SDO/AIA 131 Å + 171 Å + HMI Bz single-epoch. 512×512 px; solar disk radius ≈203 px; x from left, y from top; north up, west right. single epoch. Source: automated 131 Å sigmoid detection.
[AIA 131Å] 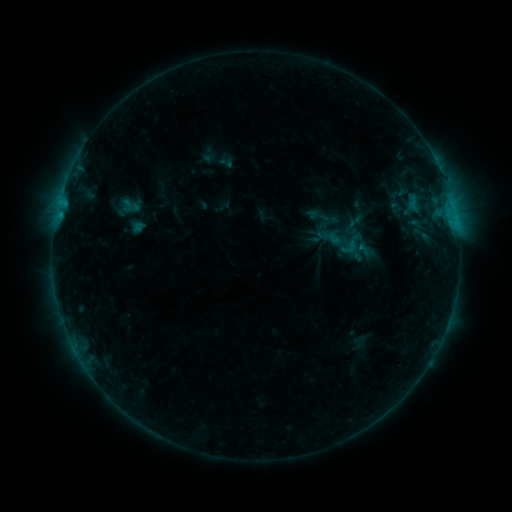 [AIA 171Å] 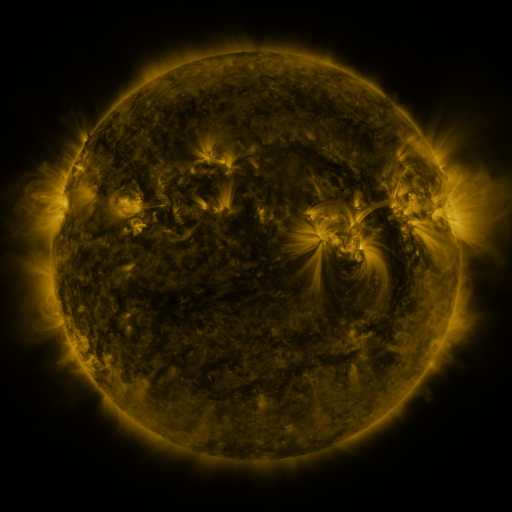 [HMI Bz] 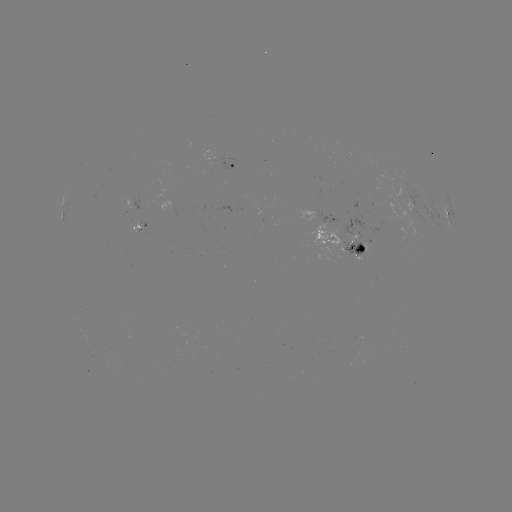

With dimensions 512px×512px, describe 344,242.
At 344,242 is sigmoid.